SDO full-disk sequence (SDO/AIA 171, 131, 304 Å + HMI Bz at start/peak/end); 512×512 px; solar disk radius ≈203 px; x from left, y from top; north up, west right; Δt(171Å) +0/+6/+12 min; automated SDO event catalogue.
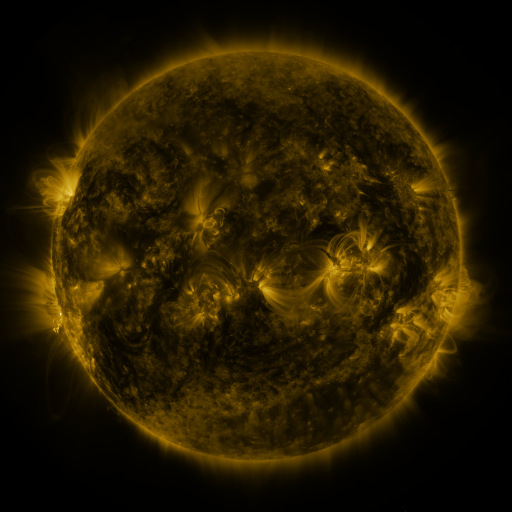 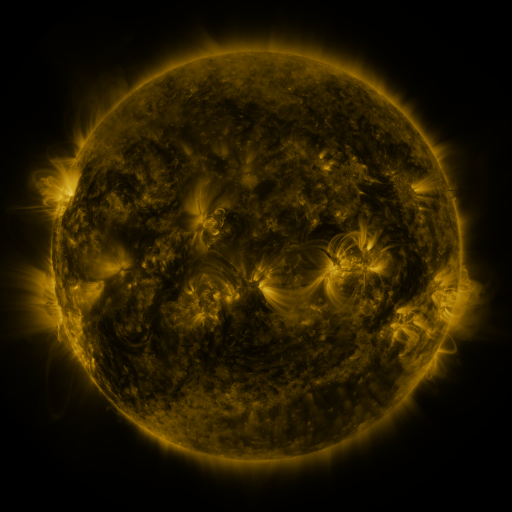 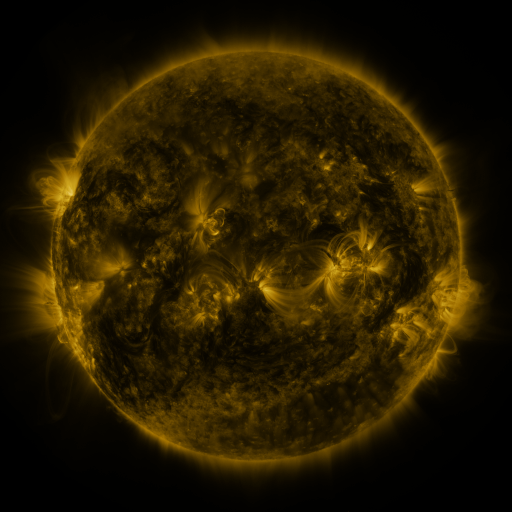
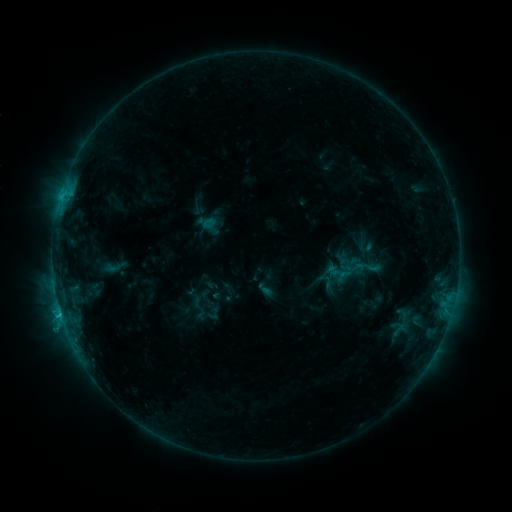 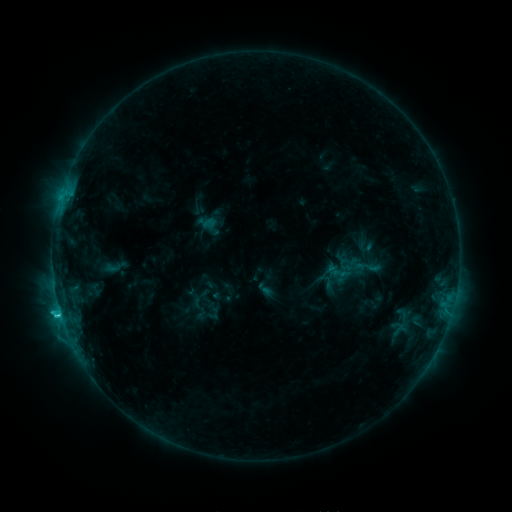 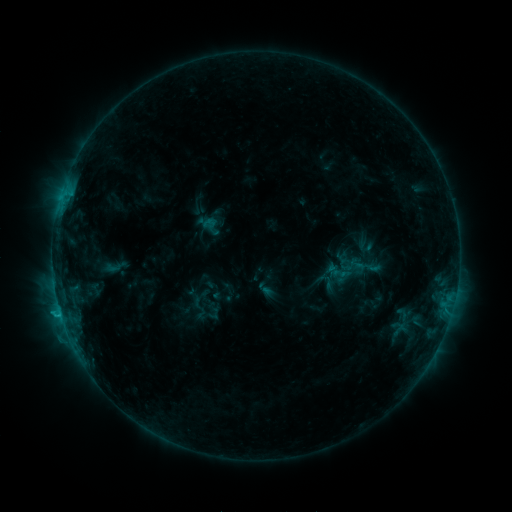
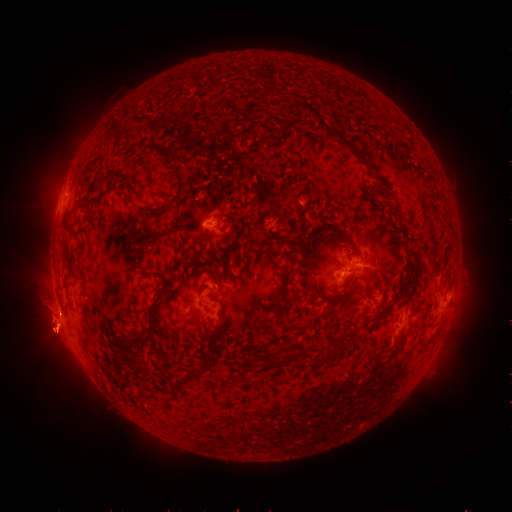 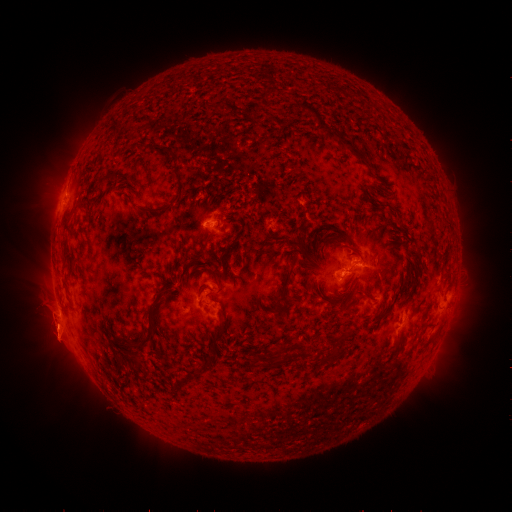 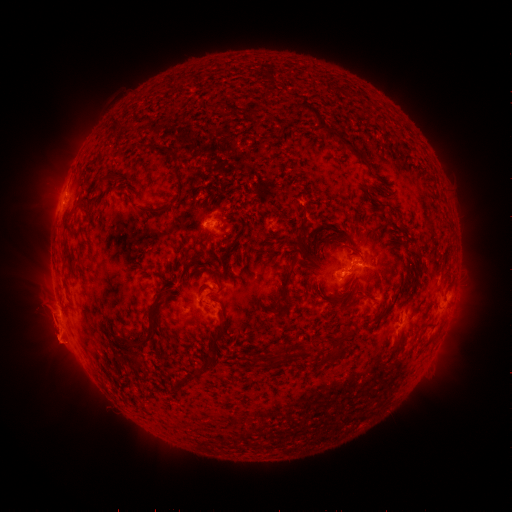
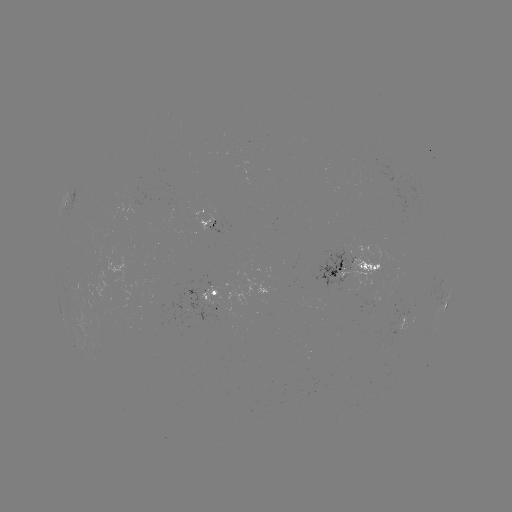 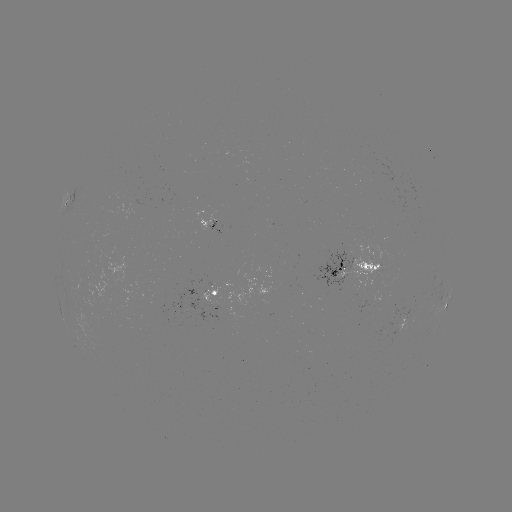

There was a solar eruption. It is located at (55, 291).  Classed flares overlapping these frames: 1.